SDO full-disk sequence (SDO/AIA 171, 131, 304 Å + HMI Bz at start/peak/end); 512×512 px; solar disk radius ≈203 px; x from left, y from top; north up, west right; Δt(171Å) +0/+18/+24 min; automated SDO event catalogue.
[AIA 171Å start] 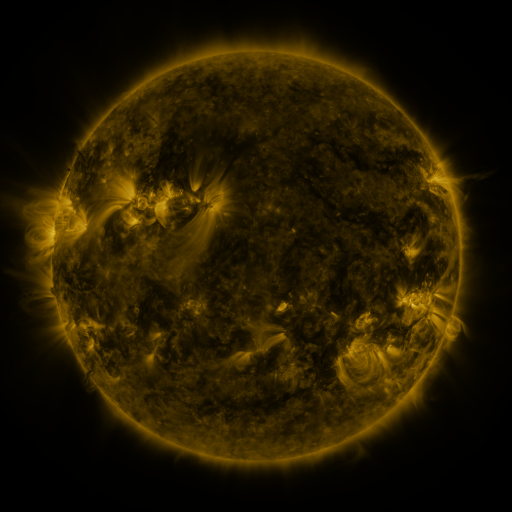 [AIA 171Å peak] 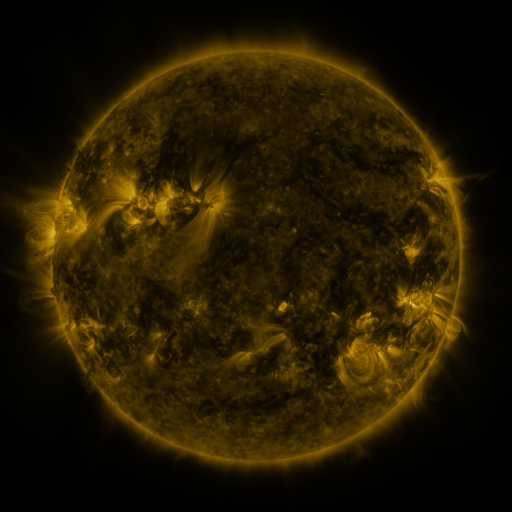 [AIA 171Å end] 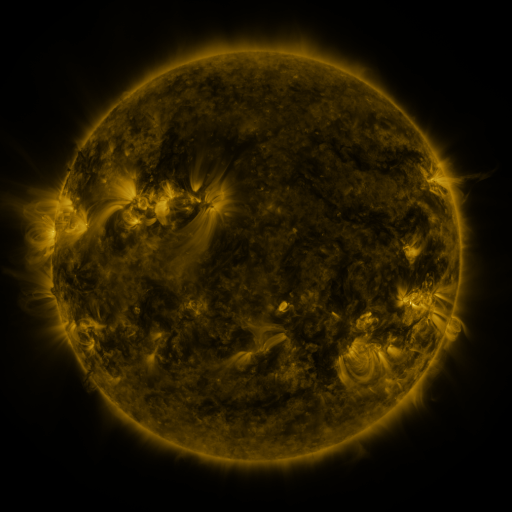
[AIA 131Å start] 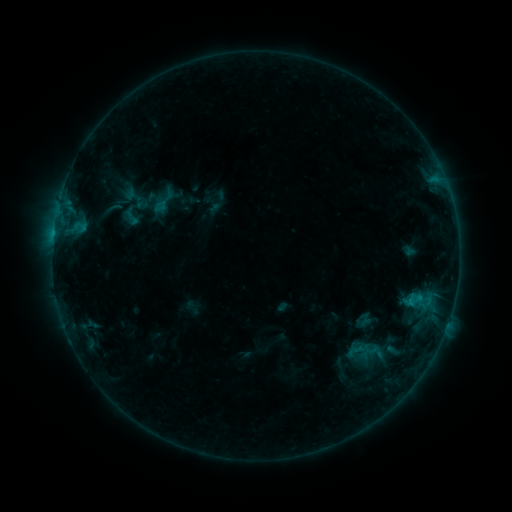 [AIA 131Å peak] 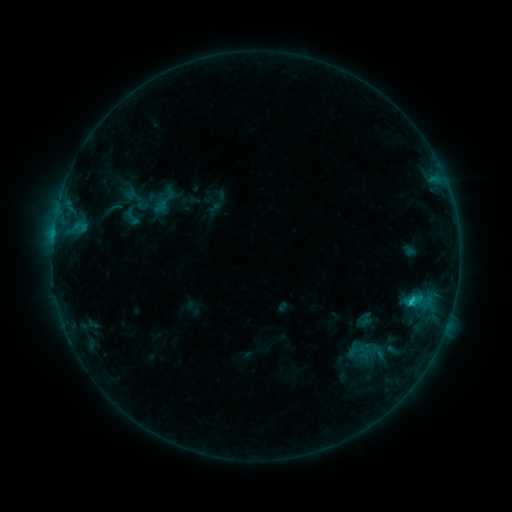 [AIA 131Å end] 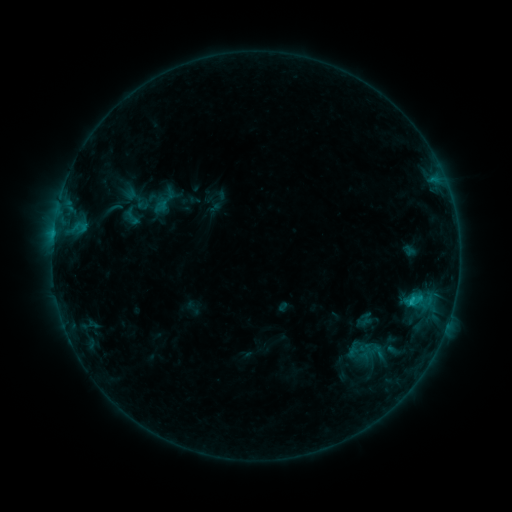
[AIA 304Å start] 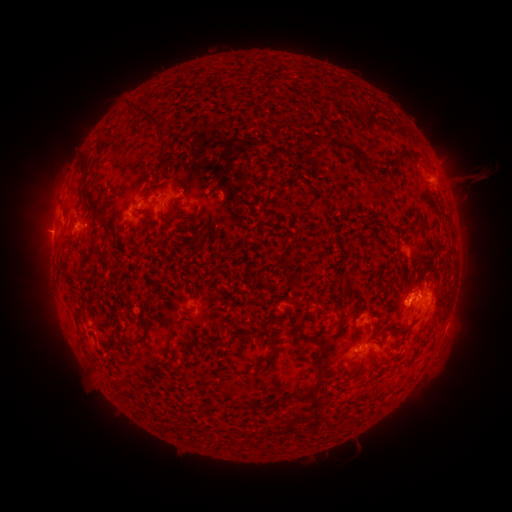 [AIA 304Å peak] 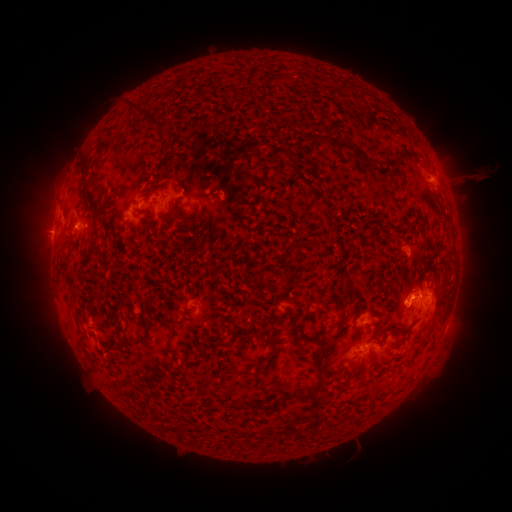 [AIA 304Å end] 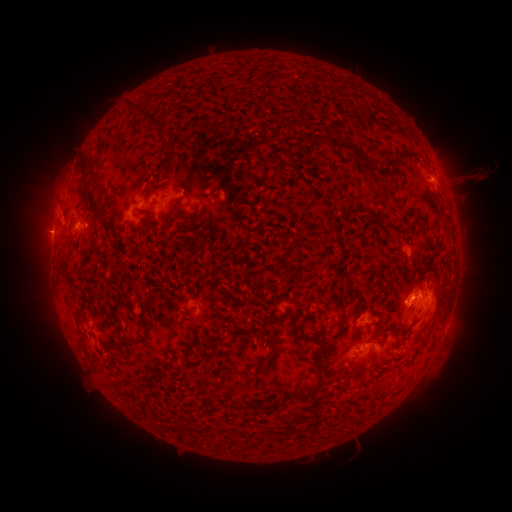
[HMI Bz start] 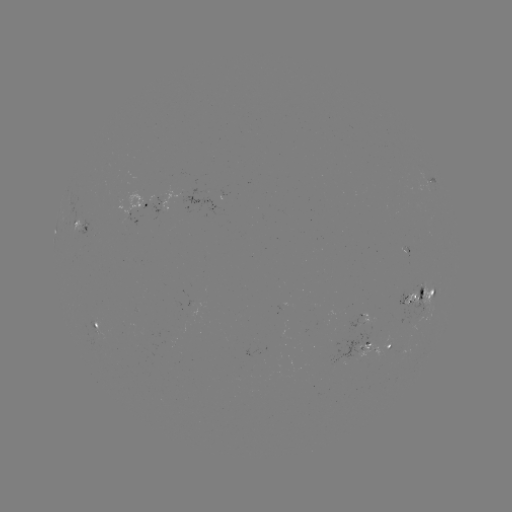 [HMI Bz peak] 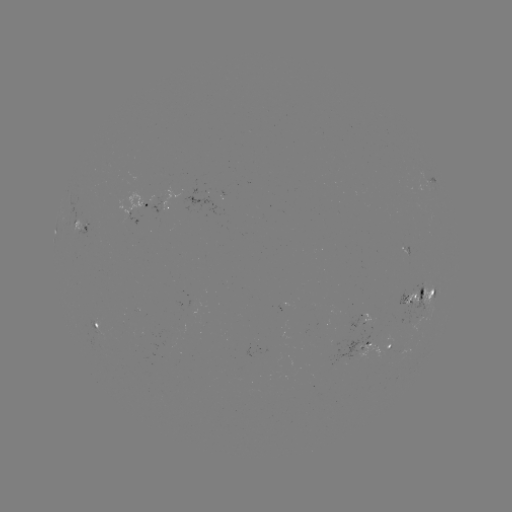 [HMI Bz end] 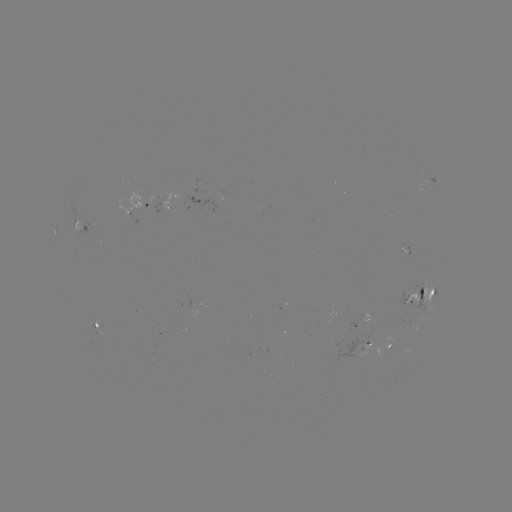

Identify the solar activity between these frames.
C1.4 flare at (410, 300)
